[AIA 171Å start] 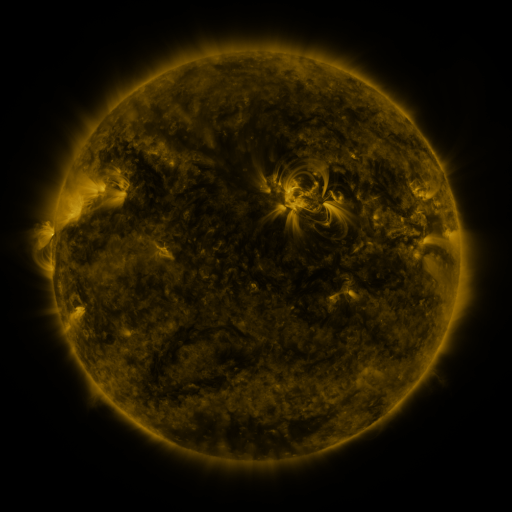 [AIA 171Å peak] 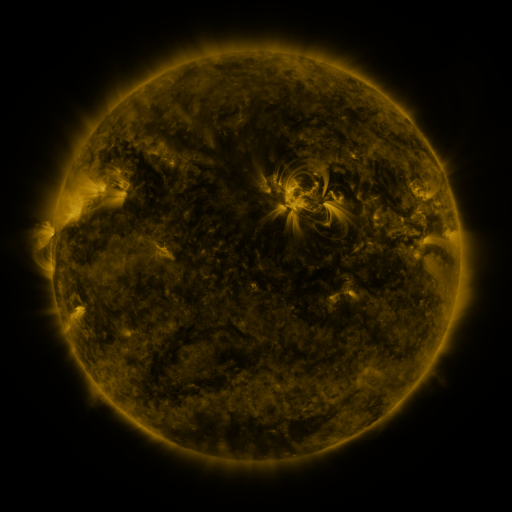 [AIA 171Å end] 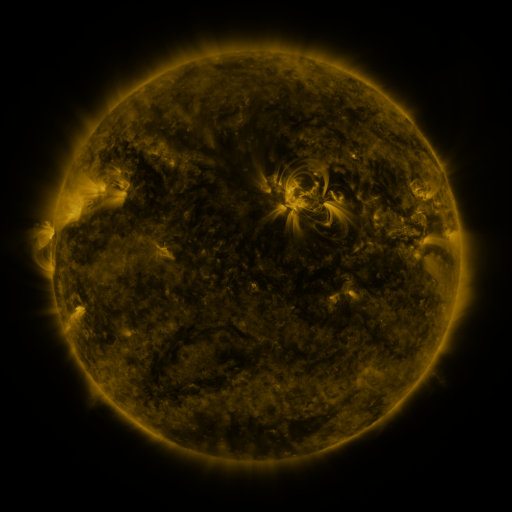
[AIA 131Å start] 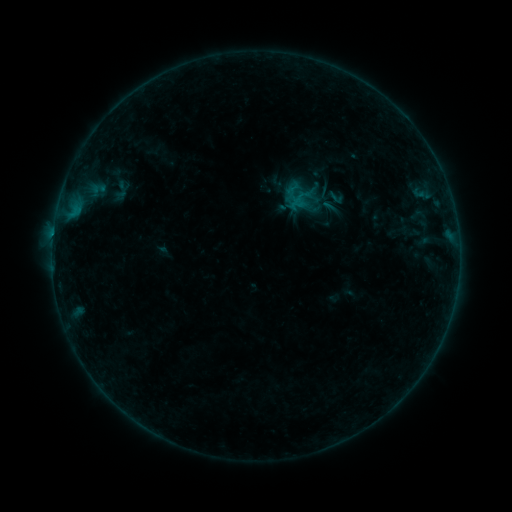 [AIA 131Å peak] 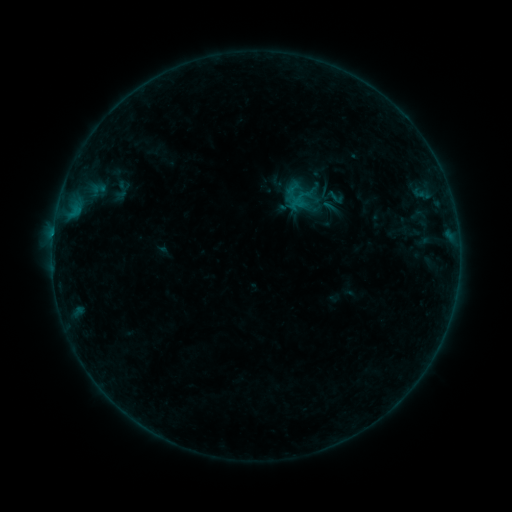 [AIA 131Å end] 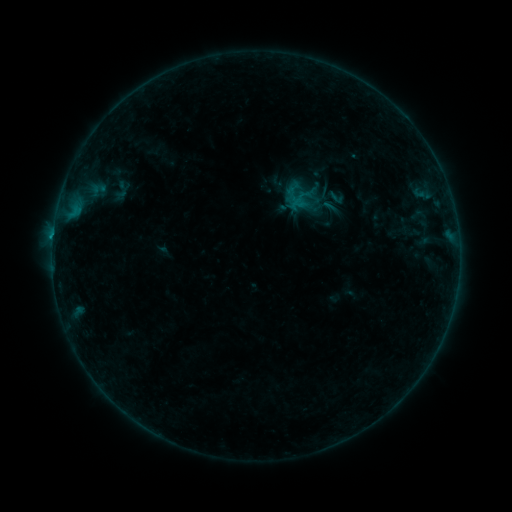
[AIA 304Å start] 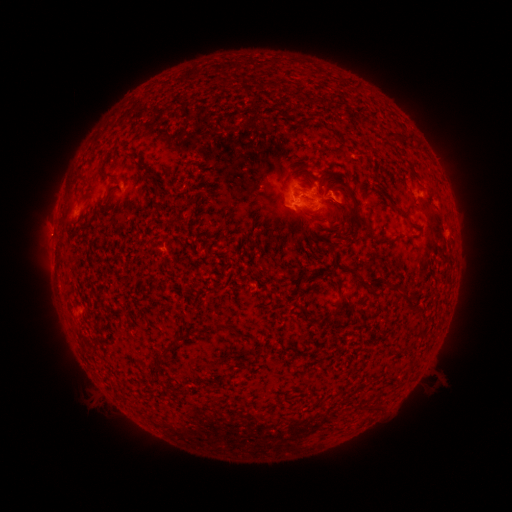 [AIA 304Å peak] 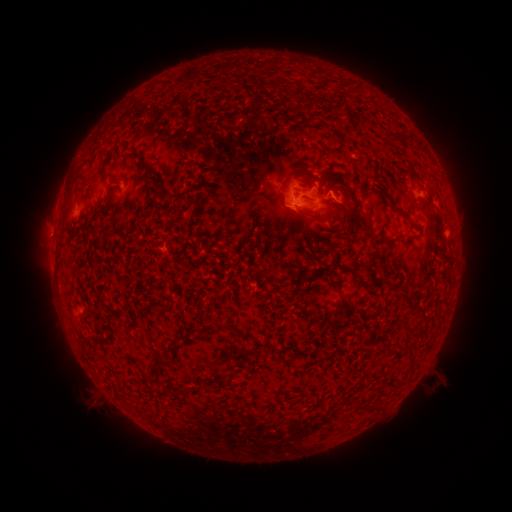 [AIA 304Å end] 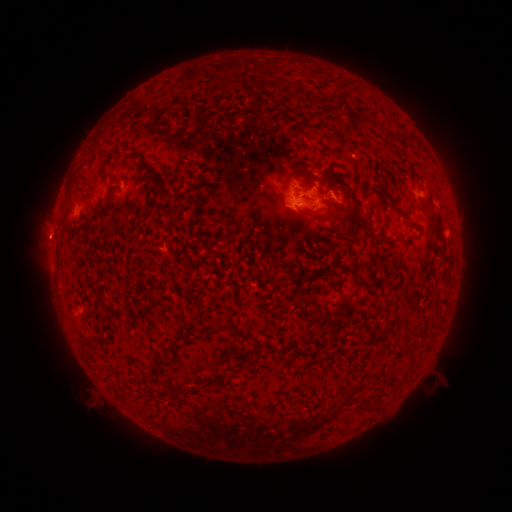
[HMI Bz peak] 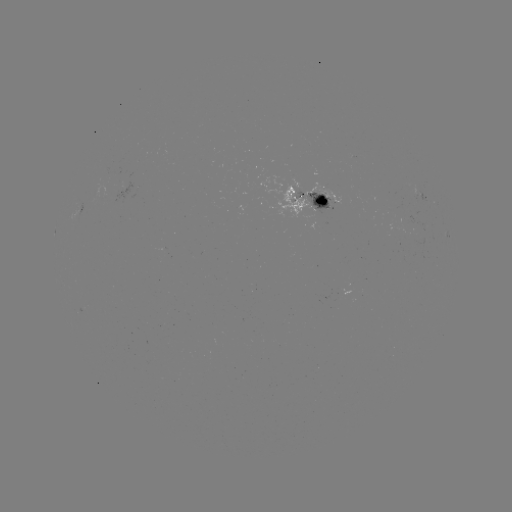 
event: flare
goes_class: B6.8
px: (53, 238)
